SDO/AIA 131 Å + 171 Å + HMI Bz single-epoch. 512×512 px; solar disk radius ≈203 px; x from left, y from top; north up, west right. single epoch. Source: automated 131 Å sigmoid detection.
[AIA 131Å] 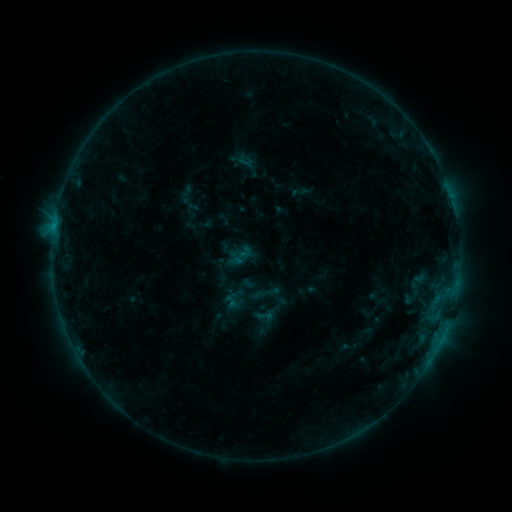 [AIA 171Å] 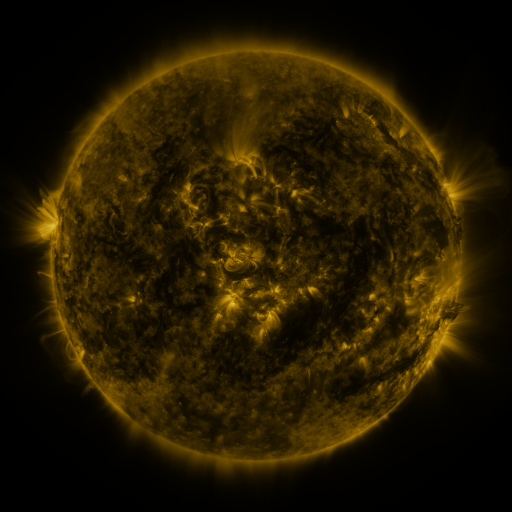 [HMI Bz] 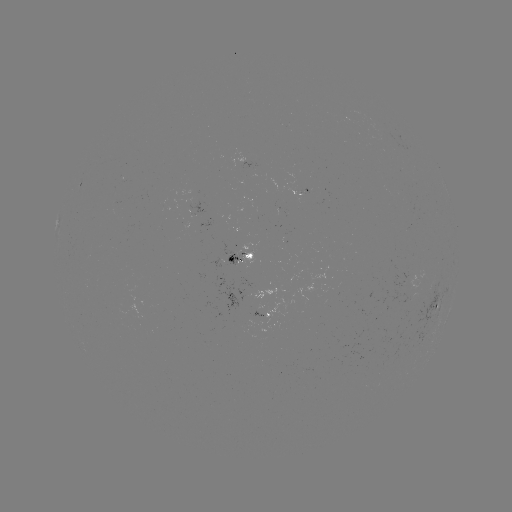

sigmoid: (256, 308, 274, 326)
